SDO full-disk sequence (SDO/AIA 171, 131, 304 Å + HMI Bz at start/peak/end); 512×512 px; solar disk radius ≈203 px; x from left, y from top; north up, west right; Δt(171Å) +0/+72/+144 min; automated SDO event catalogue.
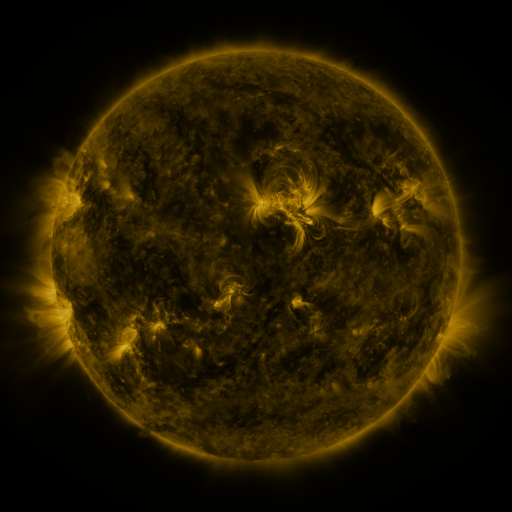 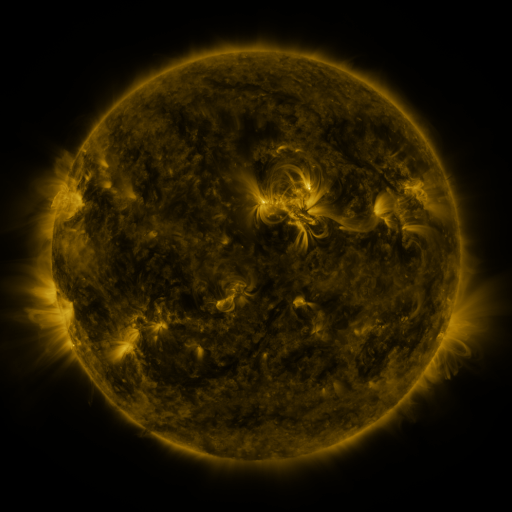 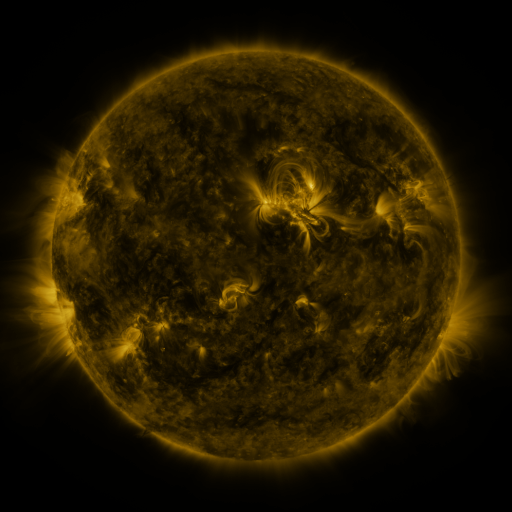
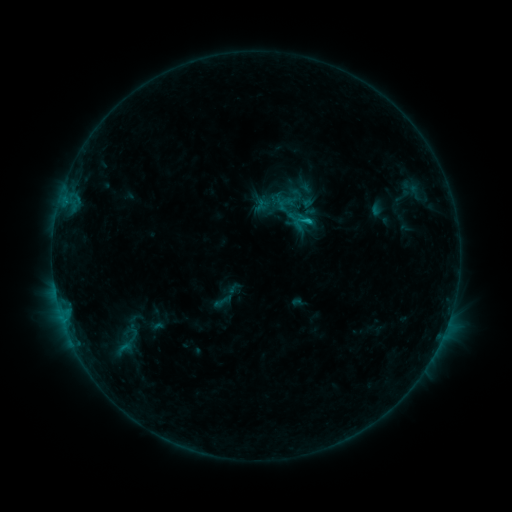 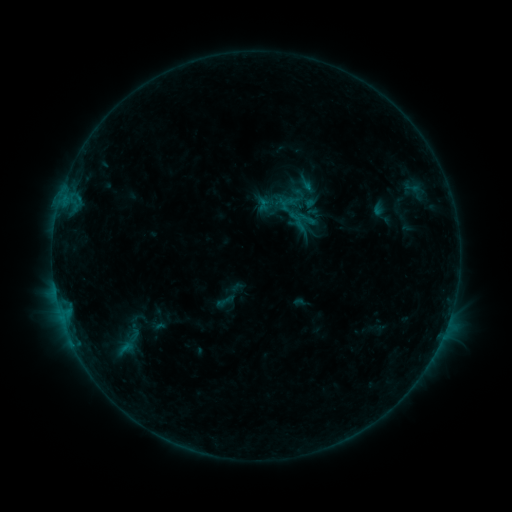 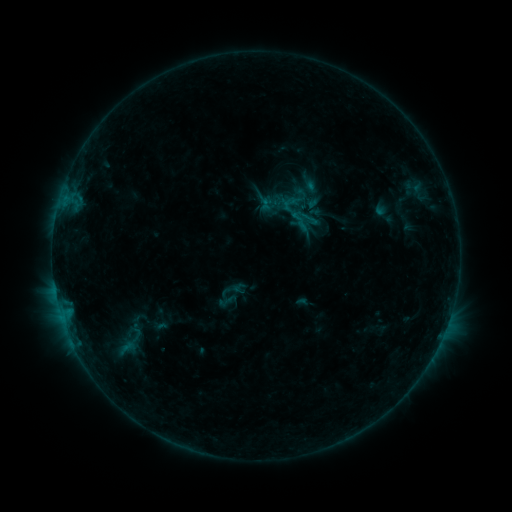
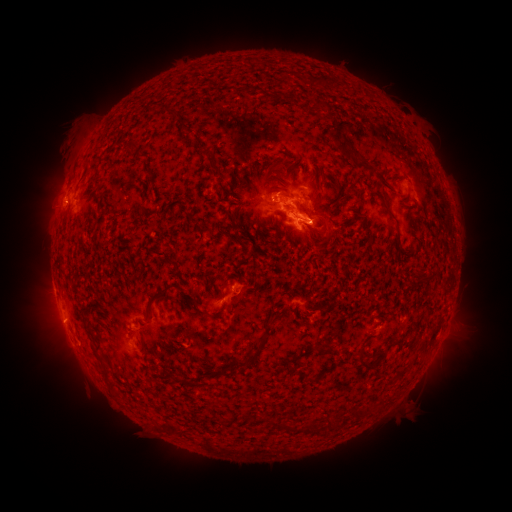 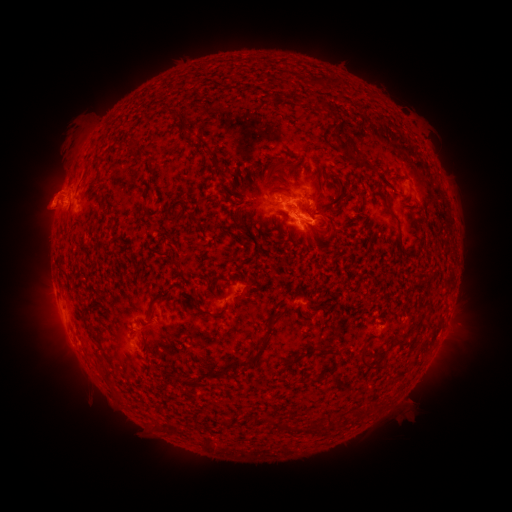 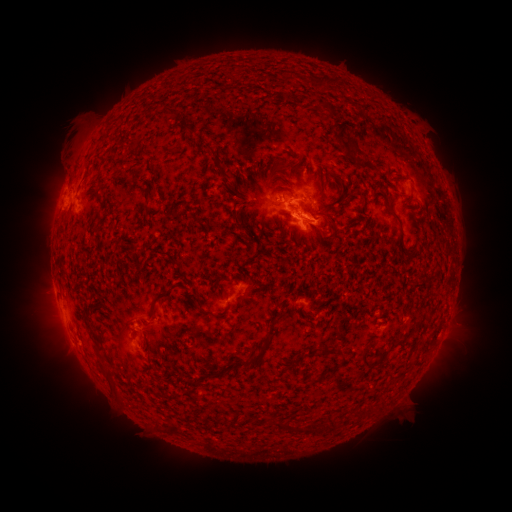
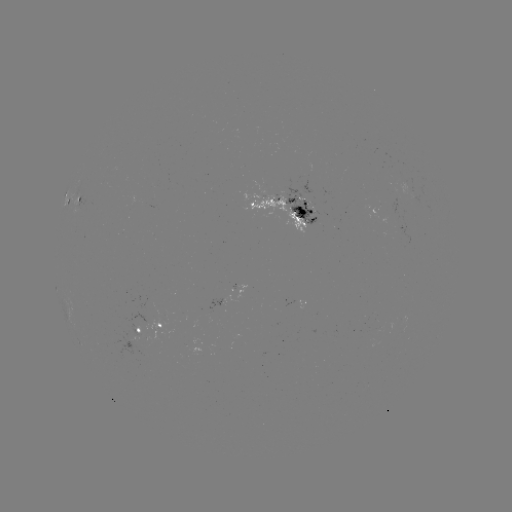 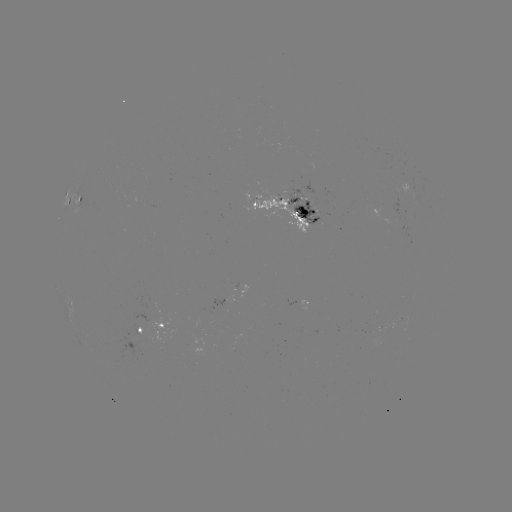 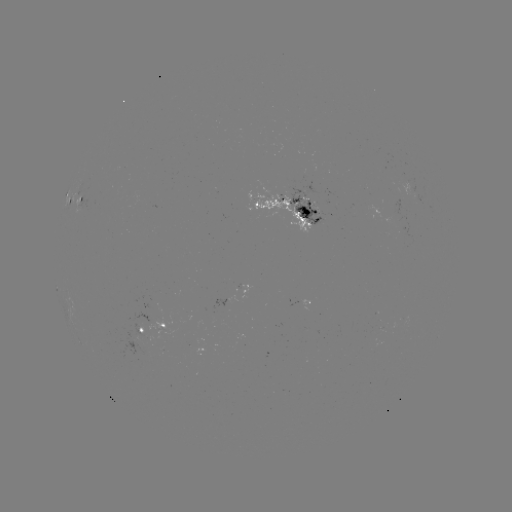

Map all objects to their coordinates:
filament eruption: (50, 199)
